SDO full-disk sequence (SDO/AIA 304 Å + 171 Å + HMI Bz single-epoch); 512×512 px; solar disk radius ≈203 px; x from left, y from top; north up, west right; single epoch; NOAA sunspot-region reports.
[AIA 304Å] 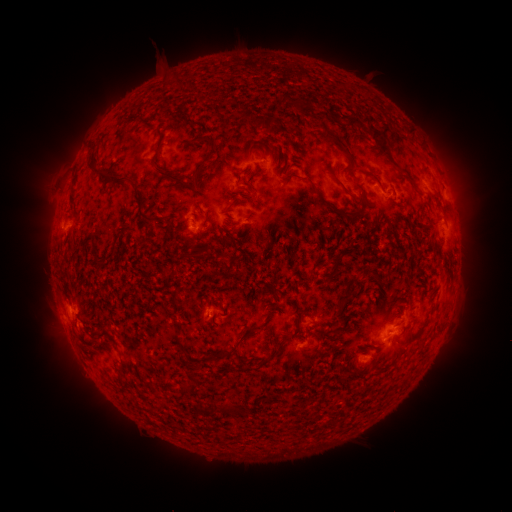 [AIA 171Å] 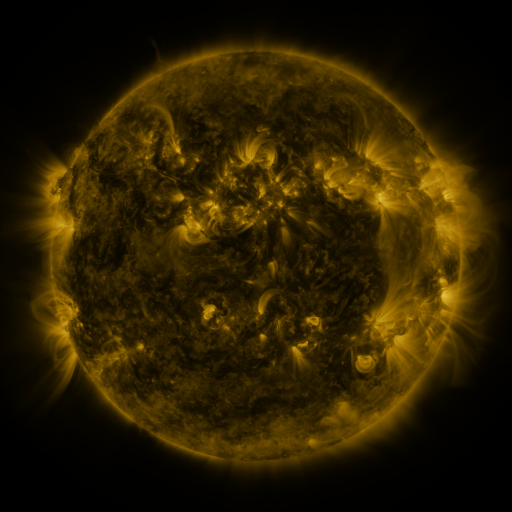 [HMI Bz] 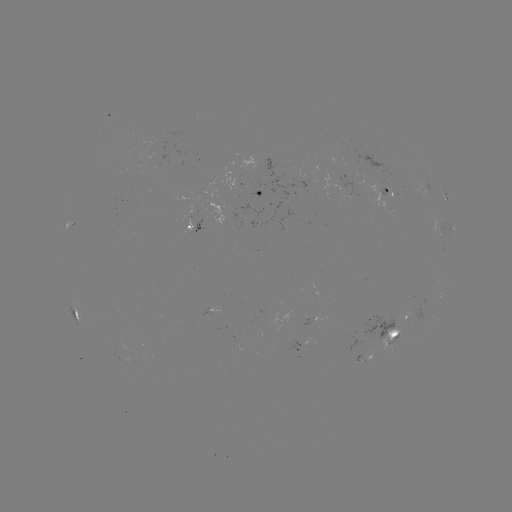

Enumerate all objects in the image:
spotted active region: (252, 192)
spotted active region: (389, 196)
spotted active region: (446, 199)
spotted active region: (207, 220)
spotted active region: (259, 223)
spotted active region: (66, 227)
spotted active region: (448, 231)
spotted active region: (74, 312)
spotted active region: (395, 328)
spotted active region: (303, 345)
spotted active region: (367, 357)
